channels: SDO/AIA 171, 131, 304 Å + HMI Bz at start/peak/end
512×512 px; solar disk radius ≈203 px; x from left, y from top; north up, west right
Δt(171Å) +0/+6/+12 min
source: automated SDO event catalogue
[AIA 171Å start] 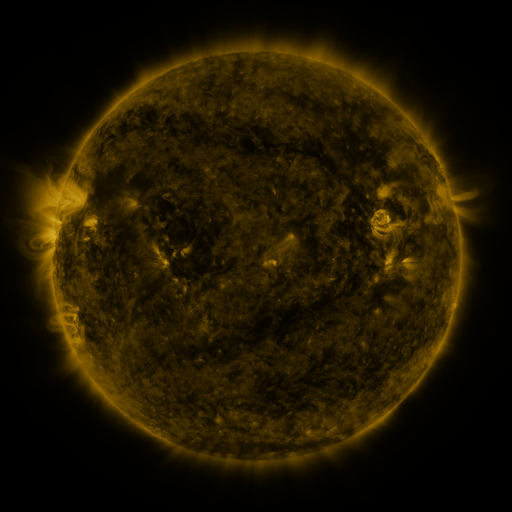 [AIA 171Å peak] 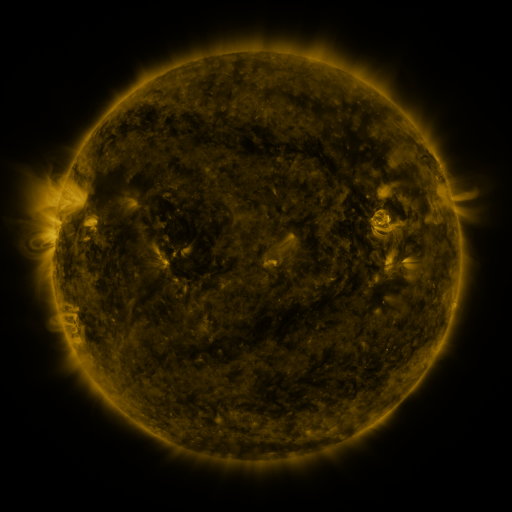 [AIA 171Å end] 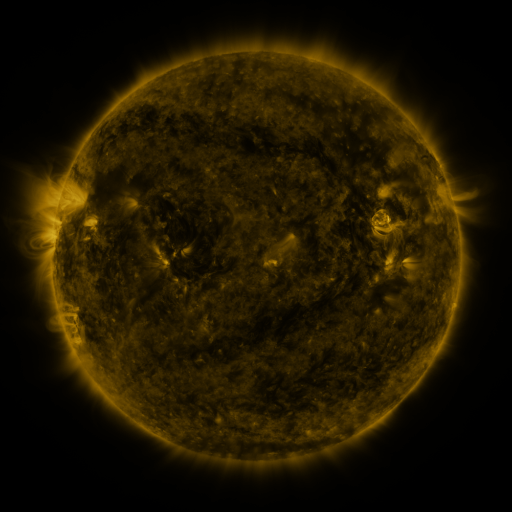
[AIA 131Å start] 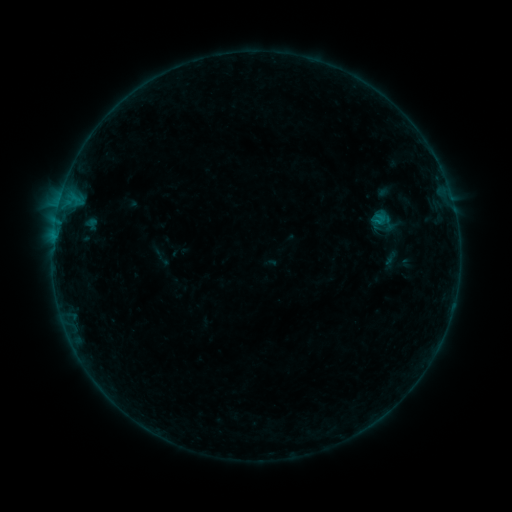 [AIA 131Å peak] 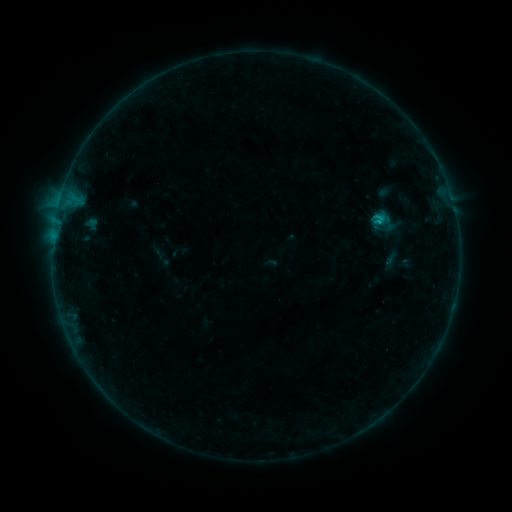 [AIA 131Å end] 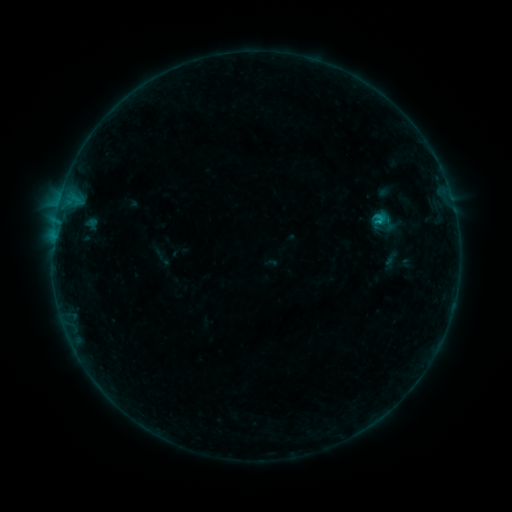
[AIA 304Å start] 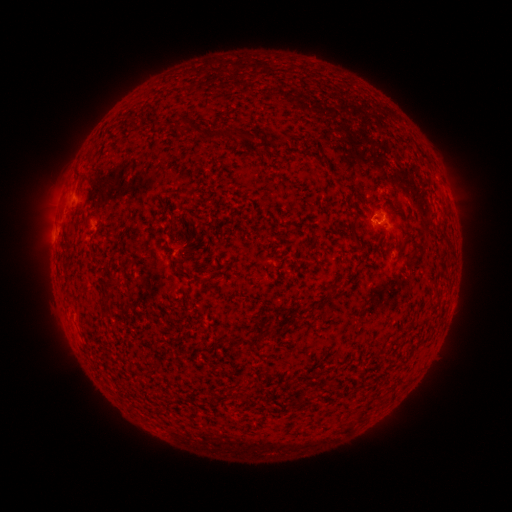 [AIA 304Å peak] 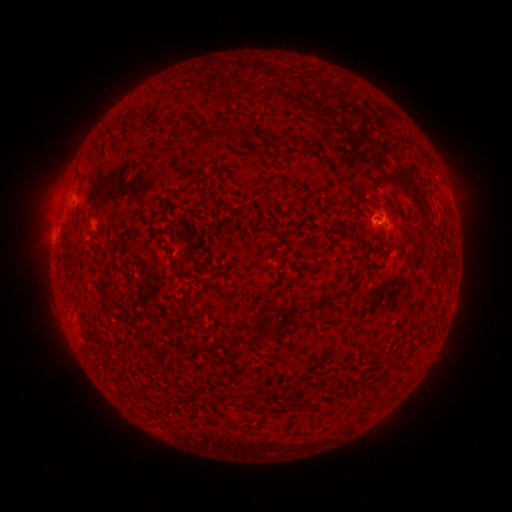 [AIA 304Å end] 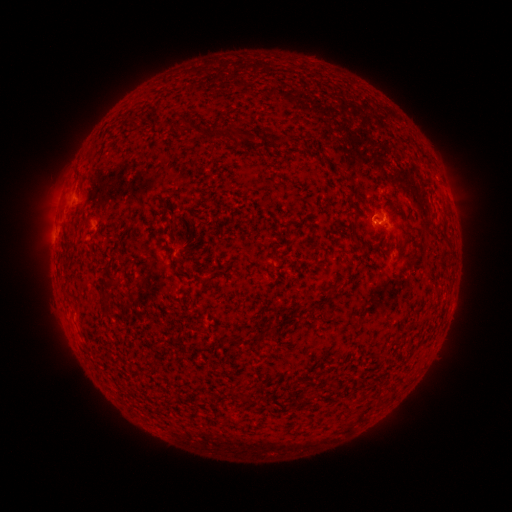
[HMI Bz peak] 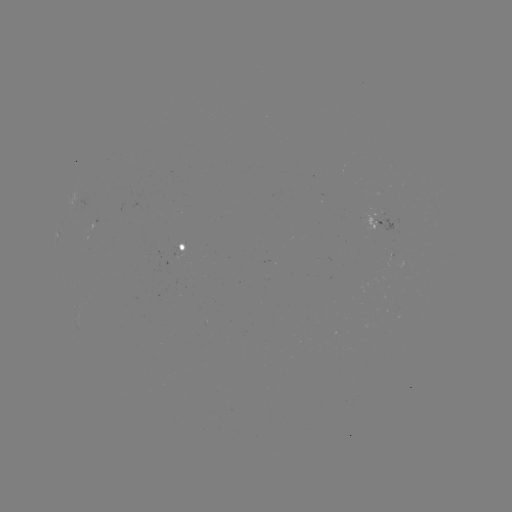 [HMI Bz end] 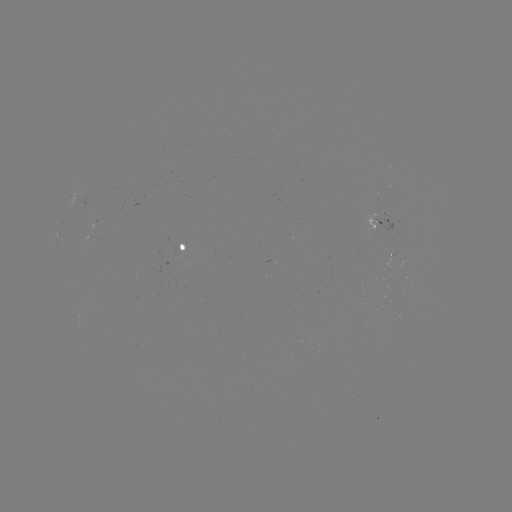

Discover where B5.9 flare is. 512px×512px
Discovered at (378, 221).